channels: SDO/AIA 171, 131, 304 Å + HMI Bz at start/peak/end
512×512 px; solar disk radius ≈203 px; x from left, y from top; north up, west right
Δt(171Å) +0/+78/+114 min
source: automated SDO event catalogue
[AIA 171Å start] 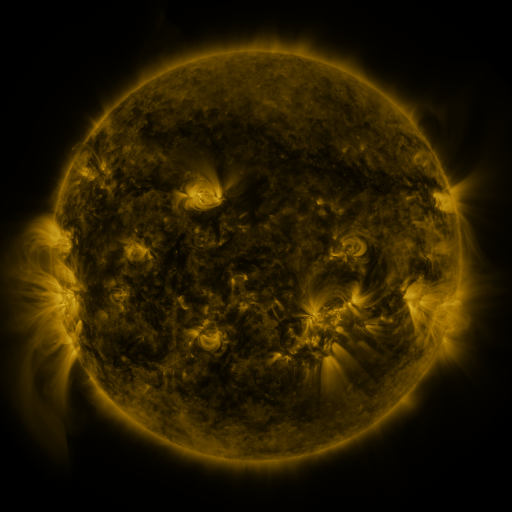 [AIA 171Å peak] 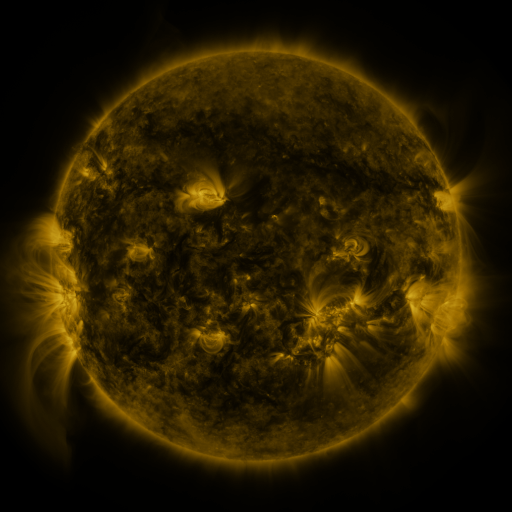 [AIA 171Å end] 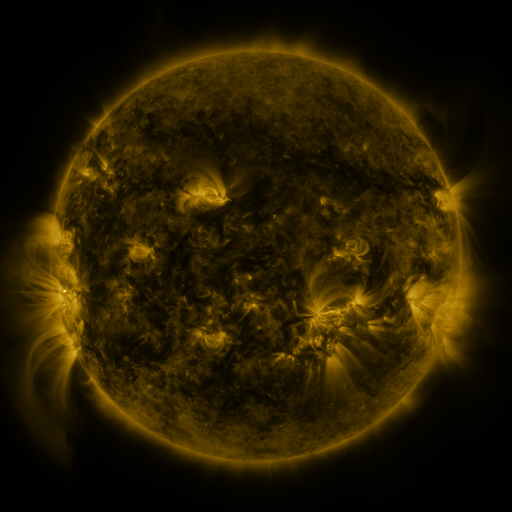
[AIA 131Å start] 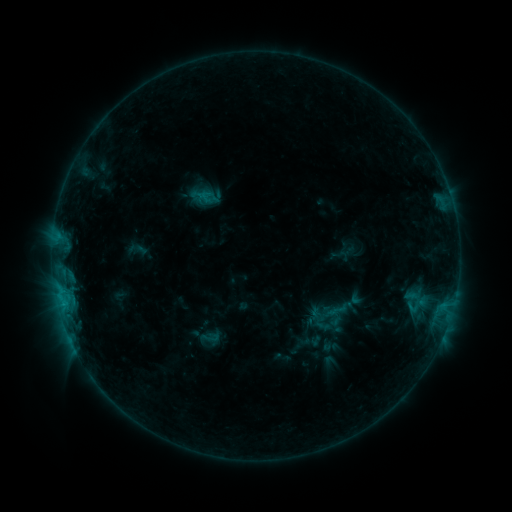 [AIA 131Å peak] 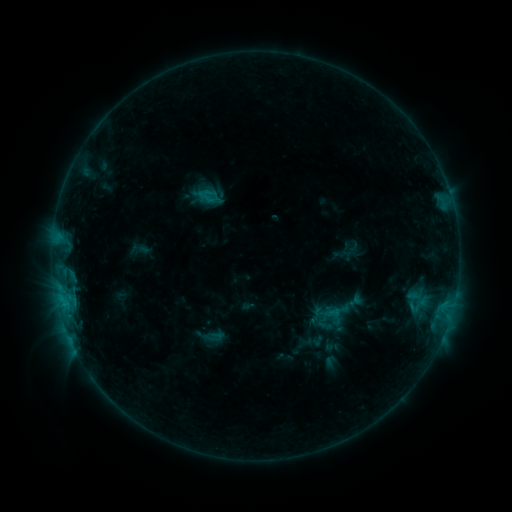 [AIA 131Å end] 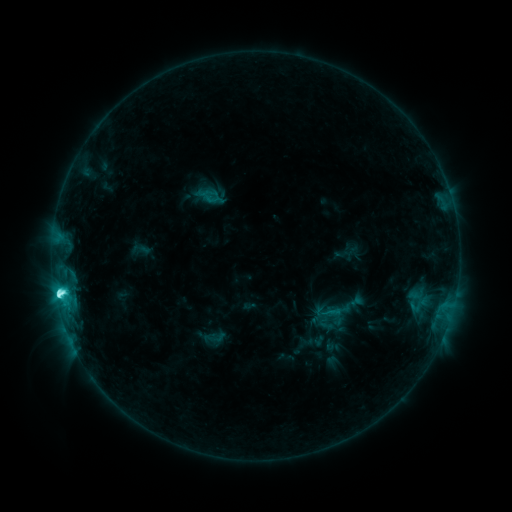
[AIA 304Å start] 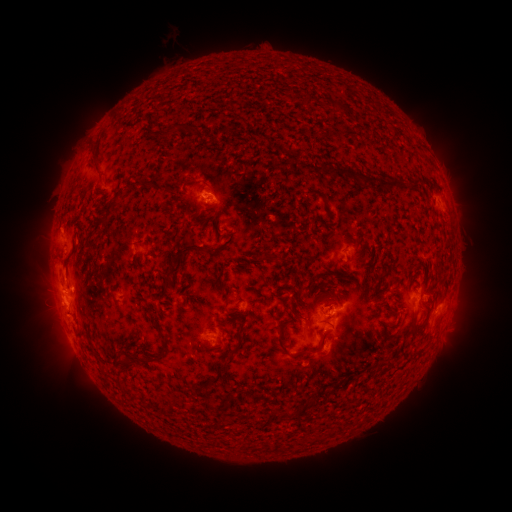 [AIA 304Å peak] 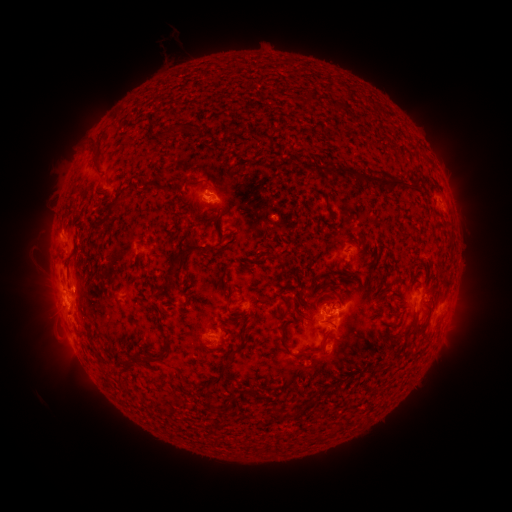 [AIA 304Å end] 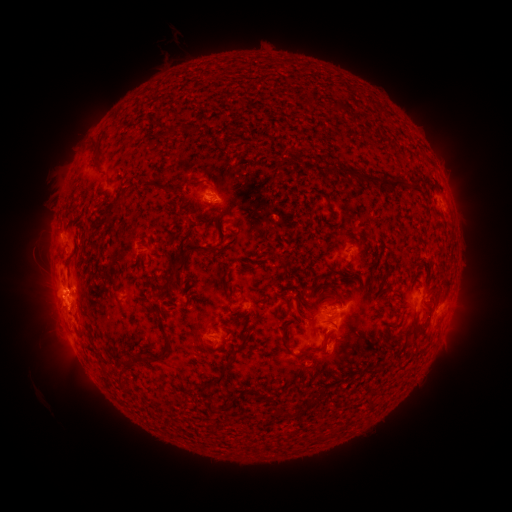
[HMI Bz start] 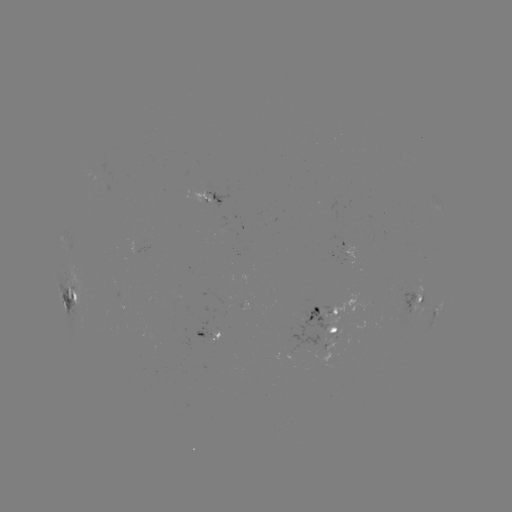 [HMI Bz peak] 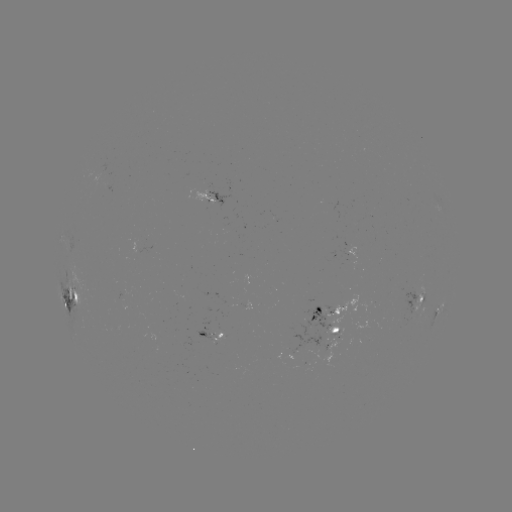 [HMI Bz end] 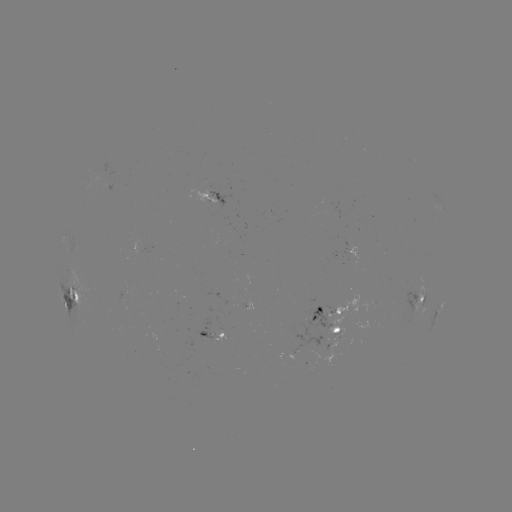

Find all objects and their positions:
emerging-flux region: (335, 331)
